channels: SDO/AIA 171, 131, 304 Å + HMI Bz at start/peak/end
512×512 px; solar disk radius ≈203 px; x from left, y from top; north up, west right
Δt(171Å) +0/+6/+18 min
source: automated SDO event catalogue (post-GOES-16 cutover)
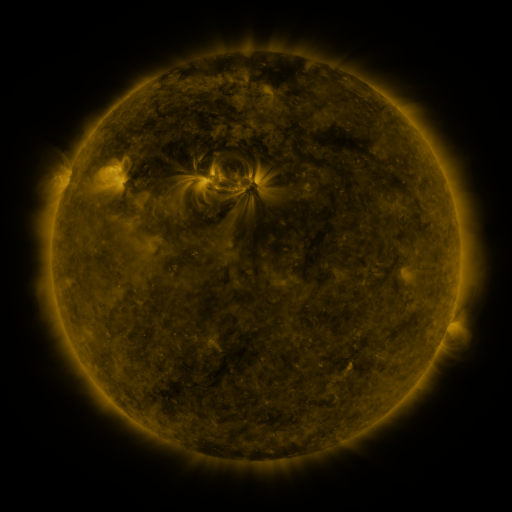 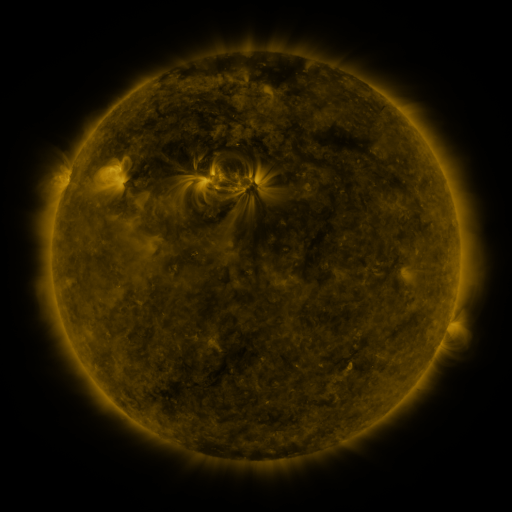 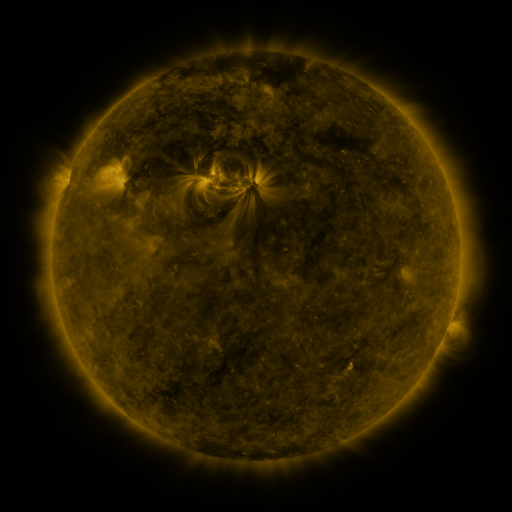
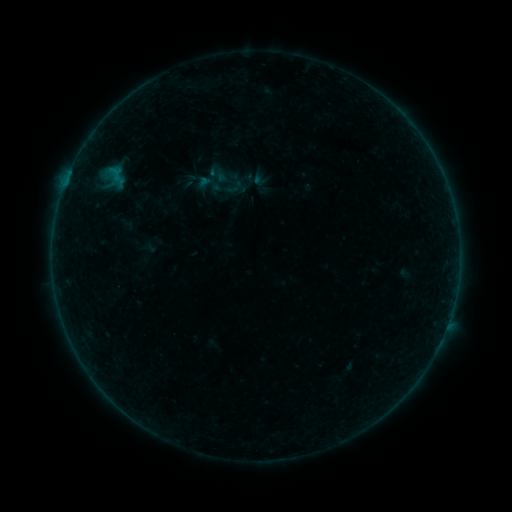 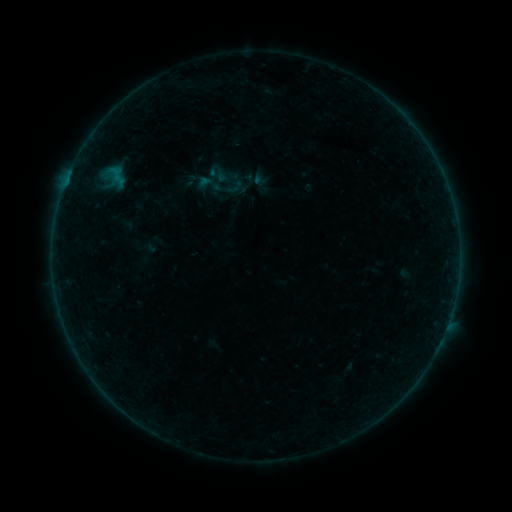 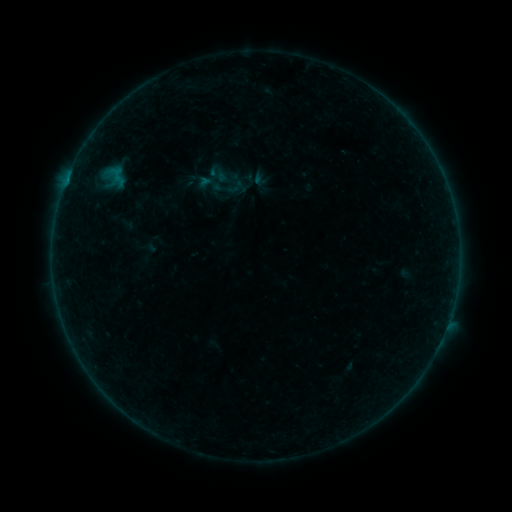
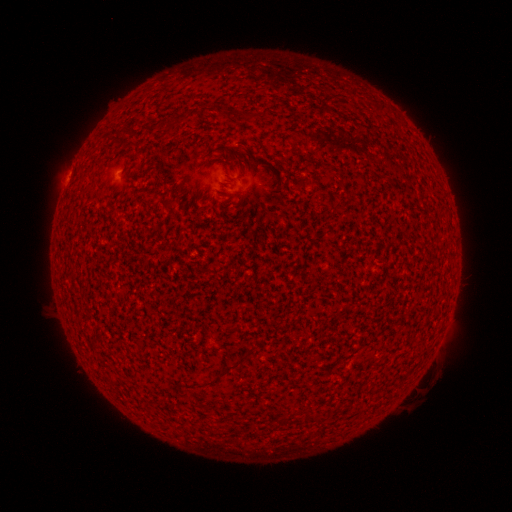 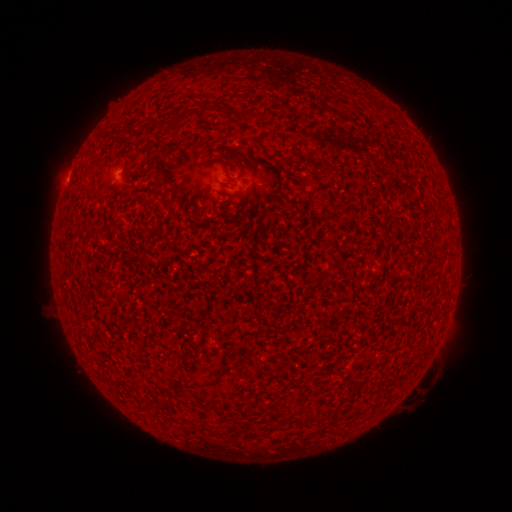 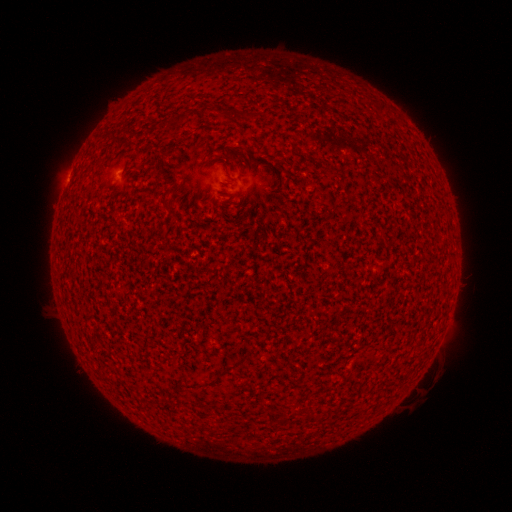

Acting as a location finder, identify B2.2 flare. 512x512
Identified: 67,180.